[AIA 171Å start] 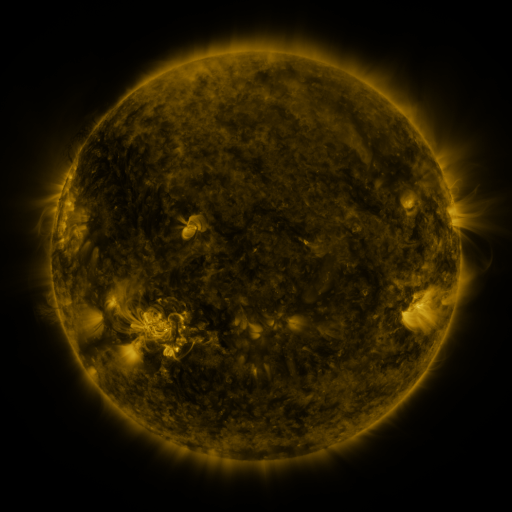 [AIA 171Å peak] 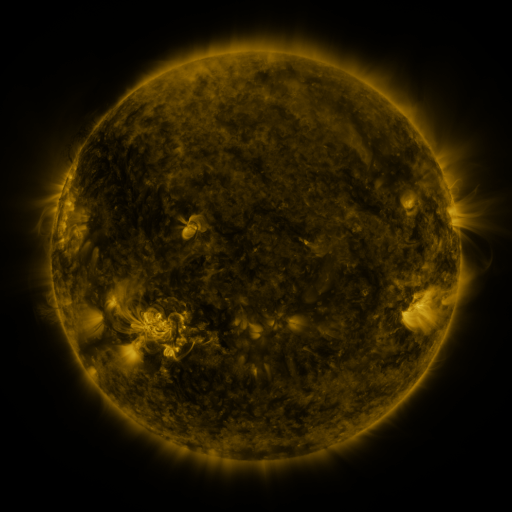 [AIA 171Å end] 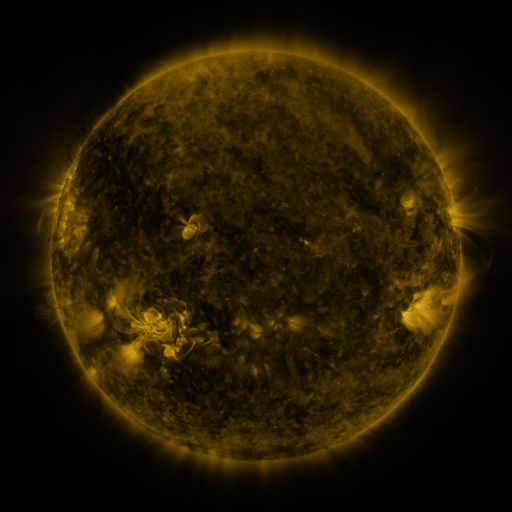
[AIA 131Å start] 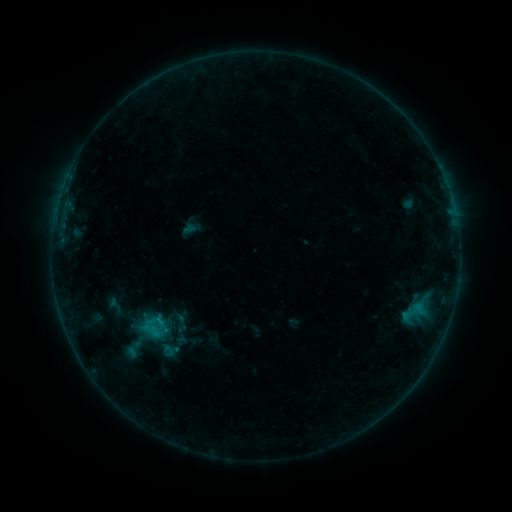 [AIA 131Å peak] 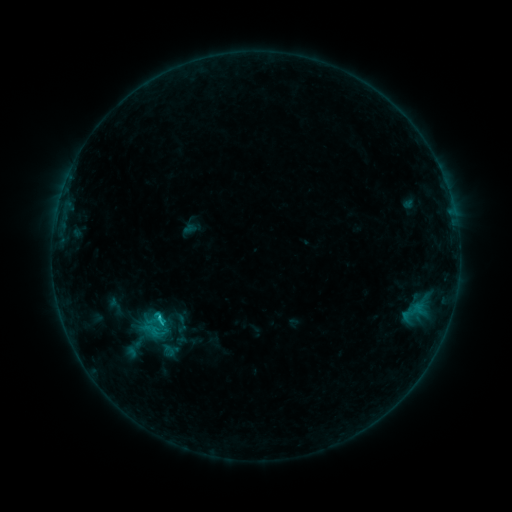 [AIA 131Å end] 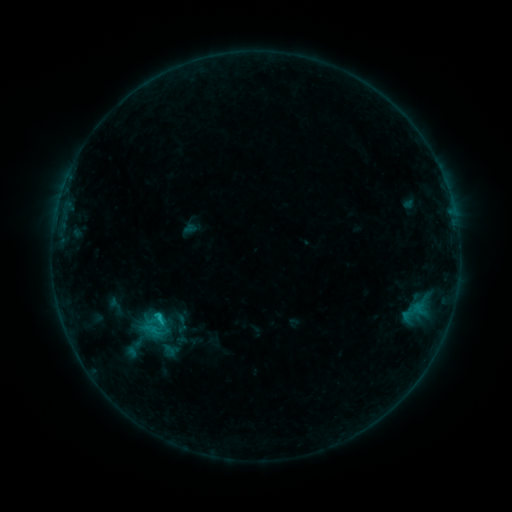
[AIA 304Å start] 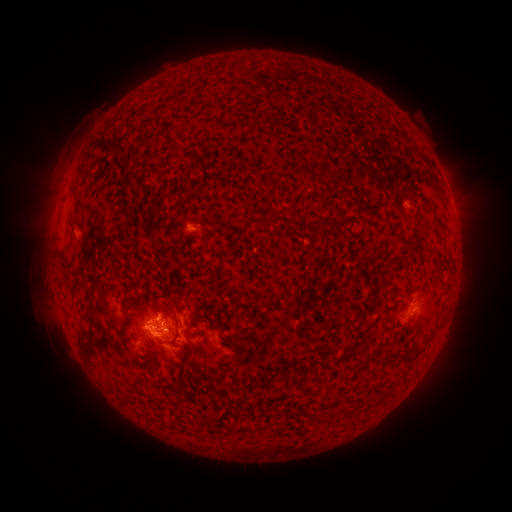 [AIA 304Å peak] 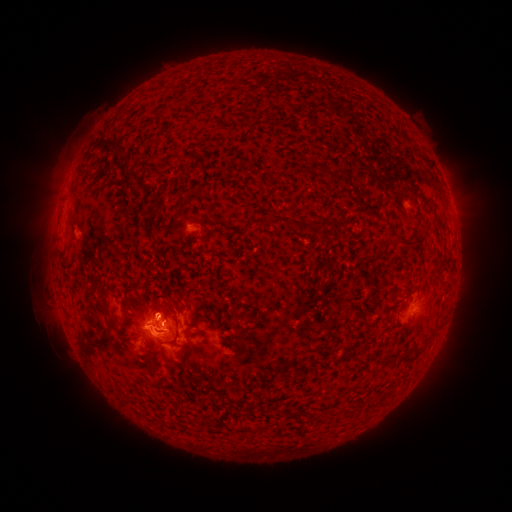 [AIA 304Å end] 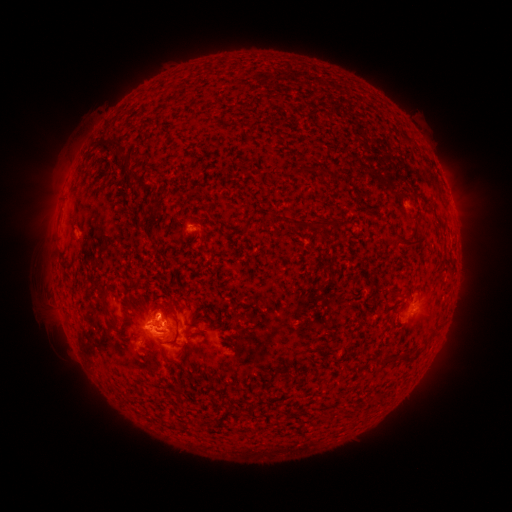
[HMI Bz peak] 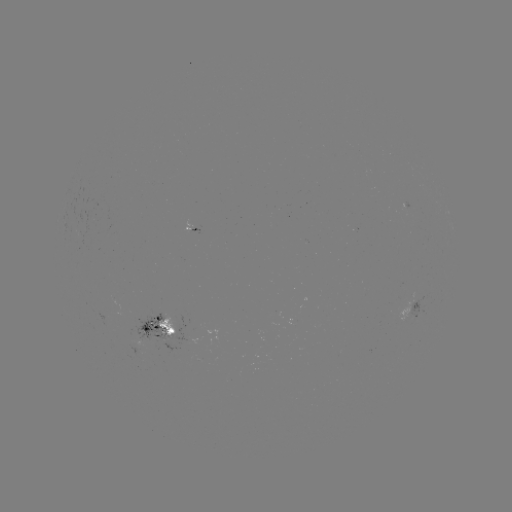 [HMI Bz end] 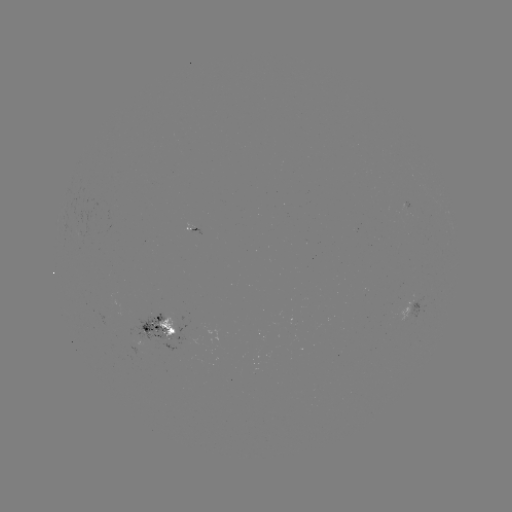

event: flare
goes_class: C1.2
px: (158, 315)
